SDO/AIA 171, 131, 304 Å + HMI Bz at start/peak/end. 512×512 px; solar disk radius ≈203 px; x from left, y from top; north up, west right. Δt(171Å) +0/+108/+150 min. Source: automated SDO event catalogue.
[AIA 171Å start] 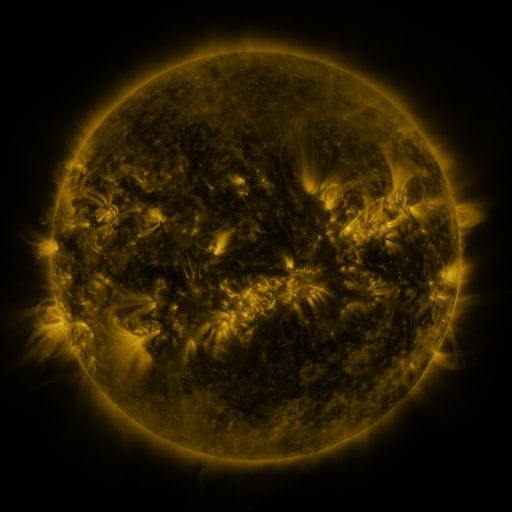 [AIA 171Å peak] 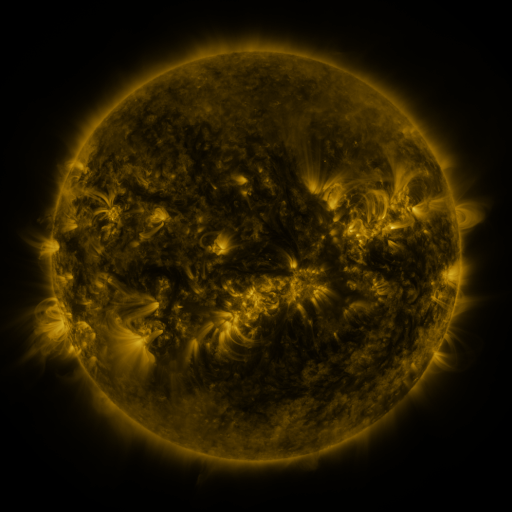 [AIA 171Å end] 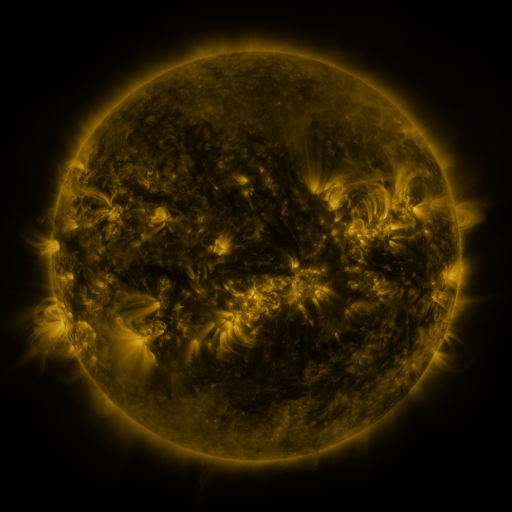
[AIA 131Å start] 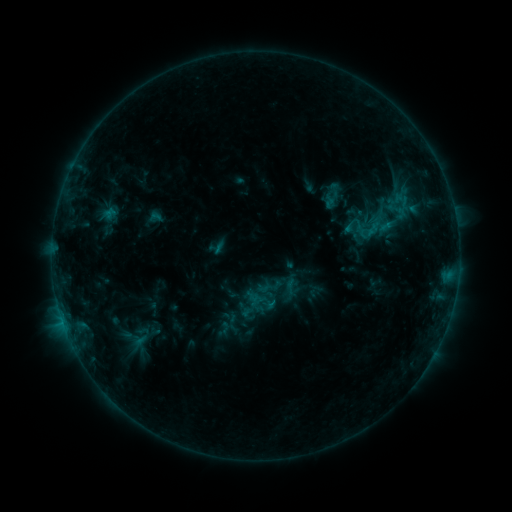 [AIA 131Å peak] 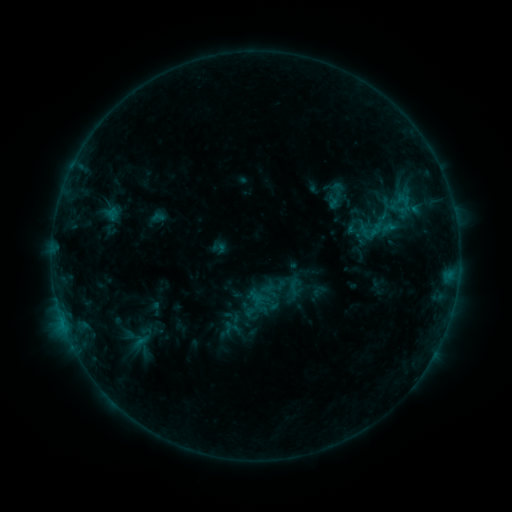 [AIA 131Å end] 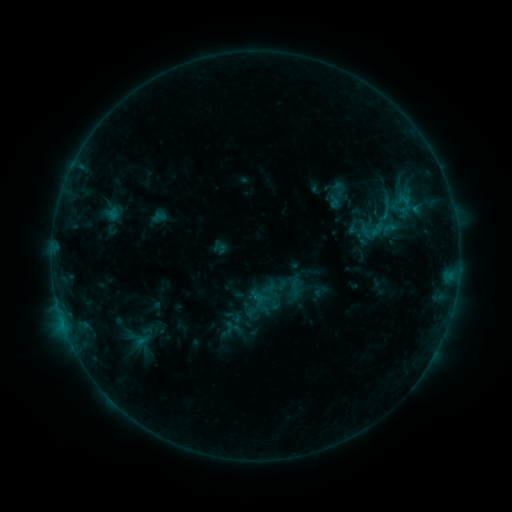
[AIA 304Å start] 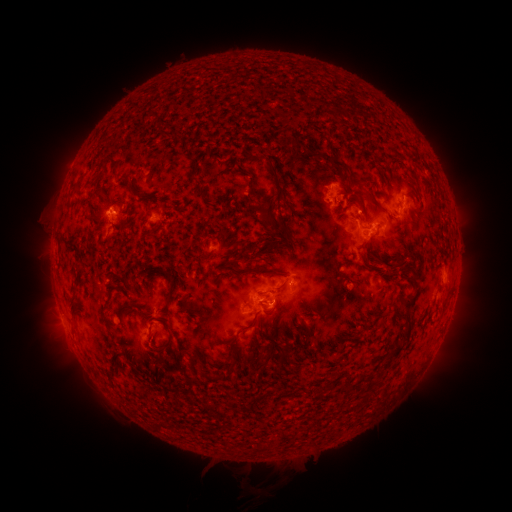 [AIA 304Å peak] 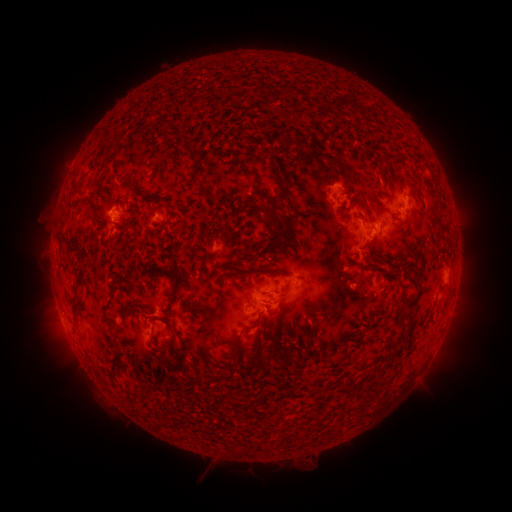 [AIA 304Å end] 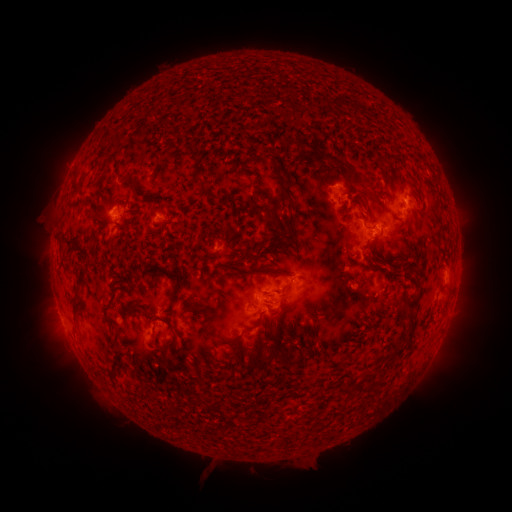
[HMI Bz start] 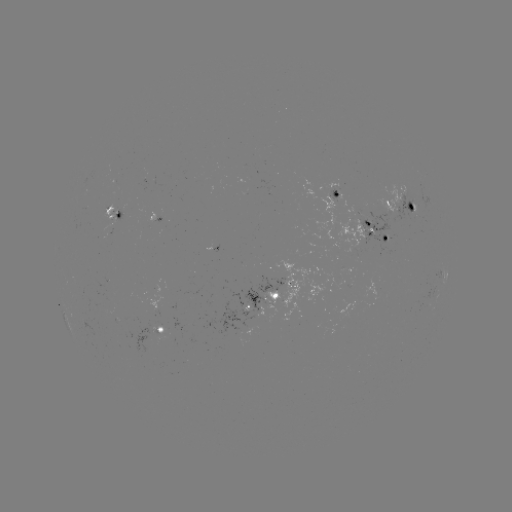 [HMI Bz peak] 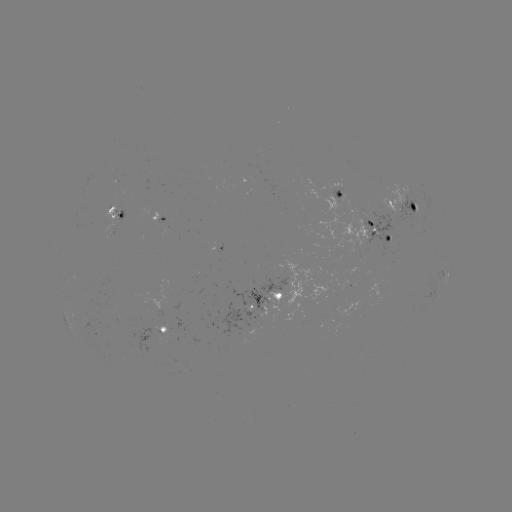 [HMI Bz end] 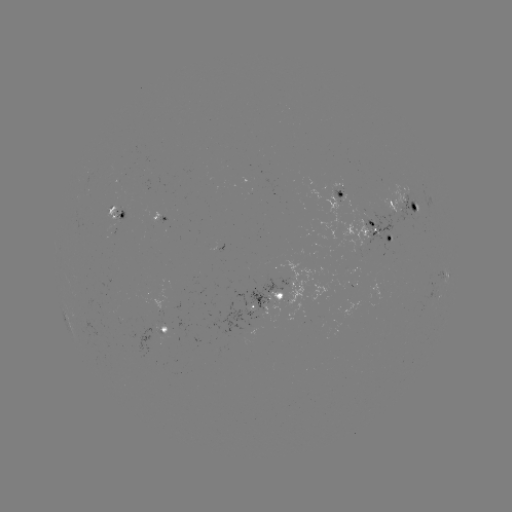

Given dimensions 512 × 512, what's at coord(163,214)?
emerging-flux region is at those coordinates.